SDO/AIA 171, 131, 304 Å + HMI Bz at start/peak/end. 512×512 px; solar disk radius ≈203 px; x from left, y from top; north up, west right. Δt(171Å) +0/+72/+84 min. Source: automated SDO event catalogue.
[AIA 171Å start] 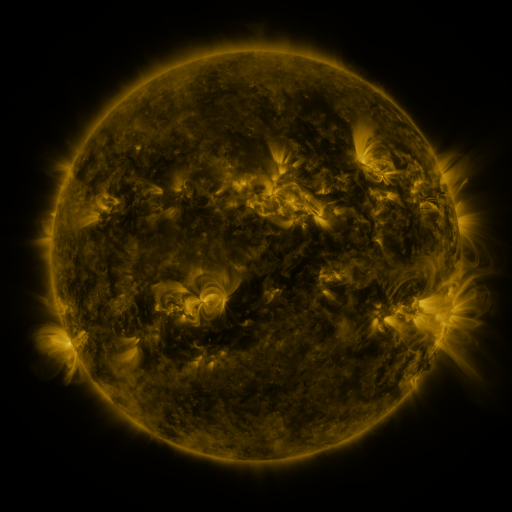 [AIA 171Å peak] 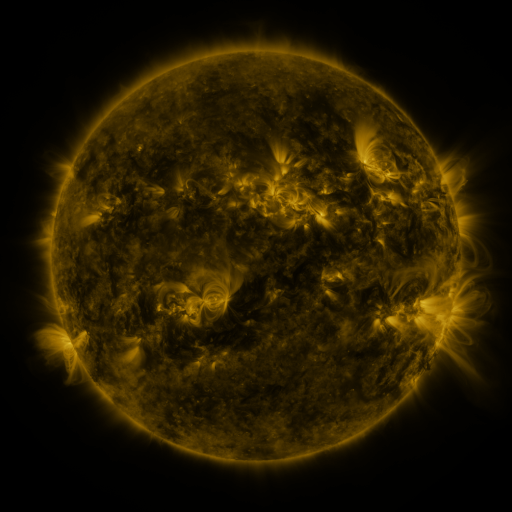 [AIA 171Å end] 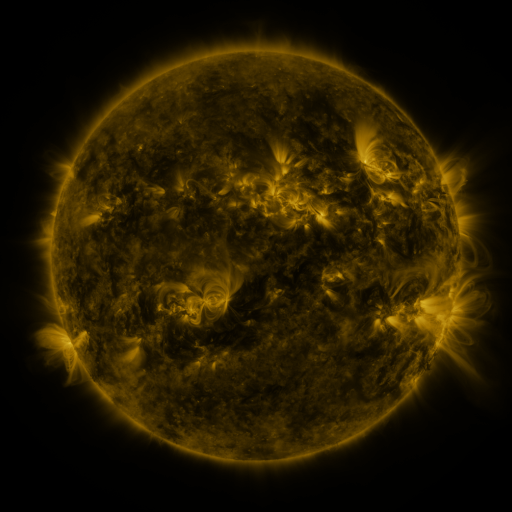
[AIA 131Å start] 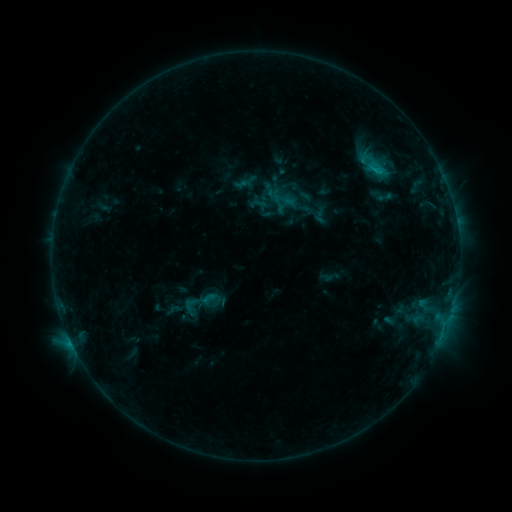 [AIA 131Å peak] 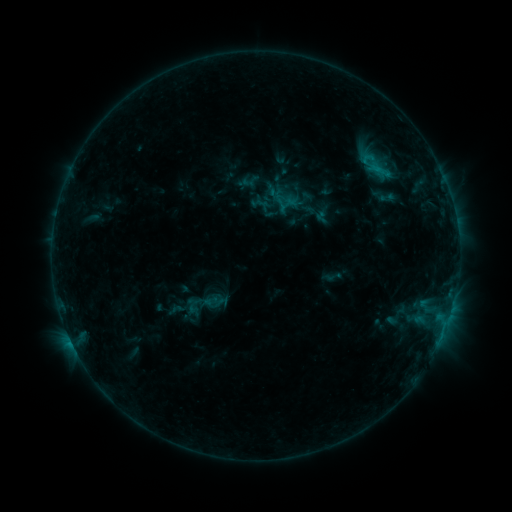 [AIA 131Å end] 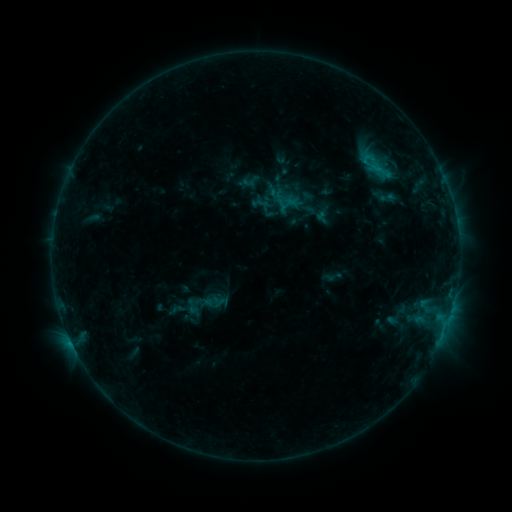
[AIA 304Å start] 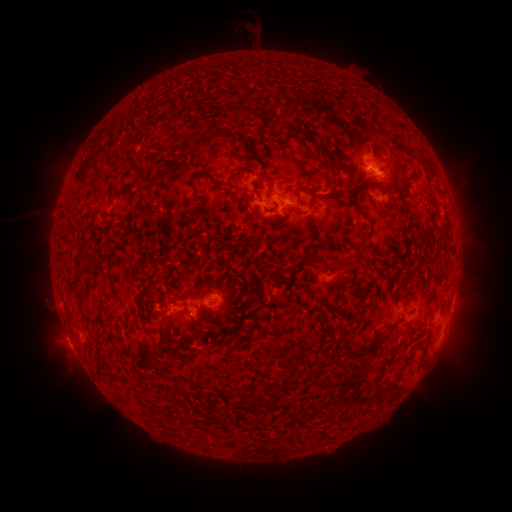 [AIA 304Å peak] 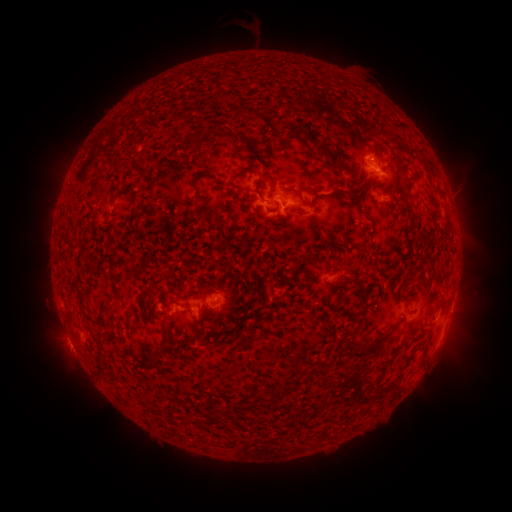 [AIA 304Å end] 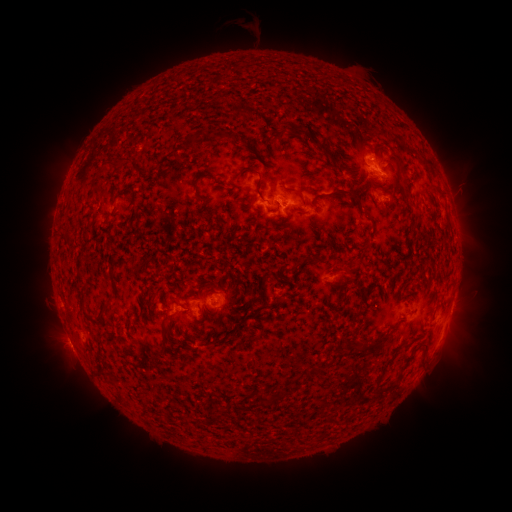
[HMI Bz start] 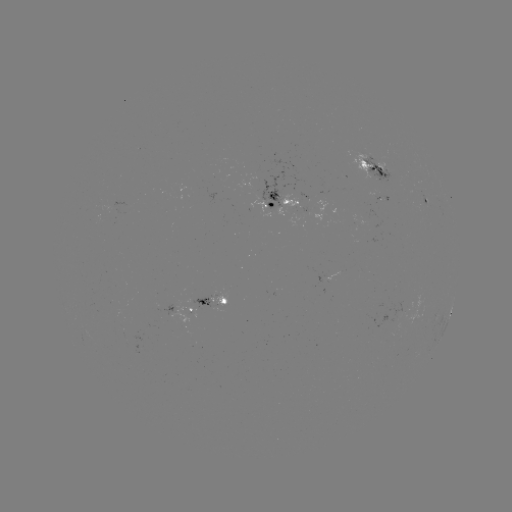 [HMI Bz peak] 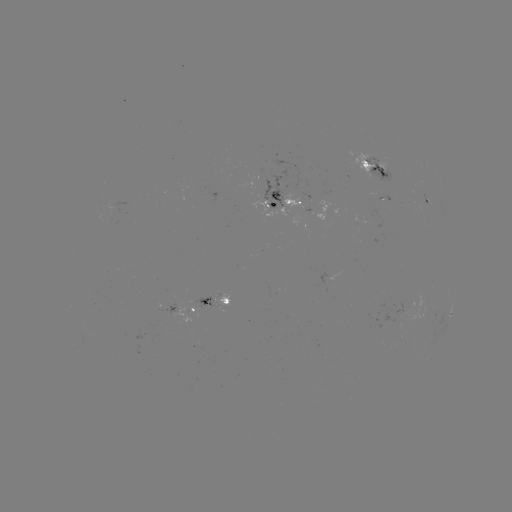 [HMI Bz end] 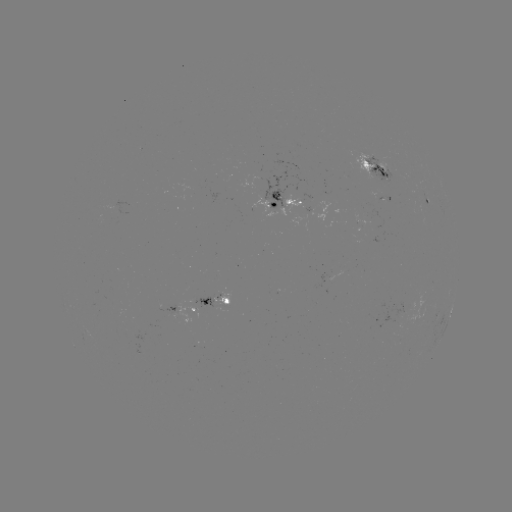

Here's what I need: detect emerging-flux region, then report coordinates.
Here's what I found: emerging-flux region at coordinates [210, 300].